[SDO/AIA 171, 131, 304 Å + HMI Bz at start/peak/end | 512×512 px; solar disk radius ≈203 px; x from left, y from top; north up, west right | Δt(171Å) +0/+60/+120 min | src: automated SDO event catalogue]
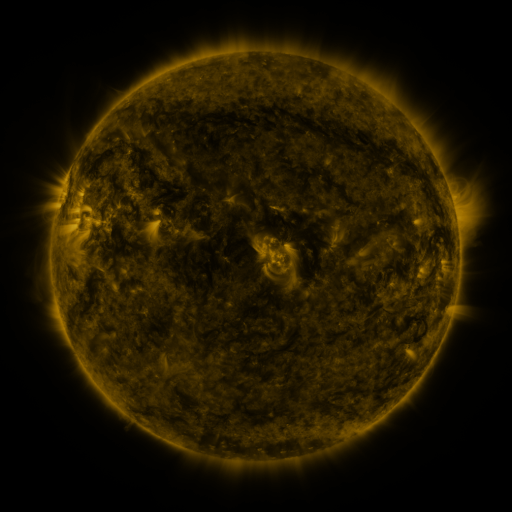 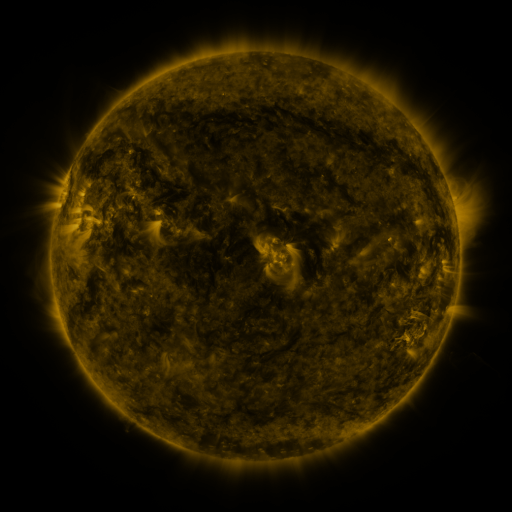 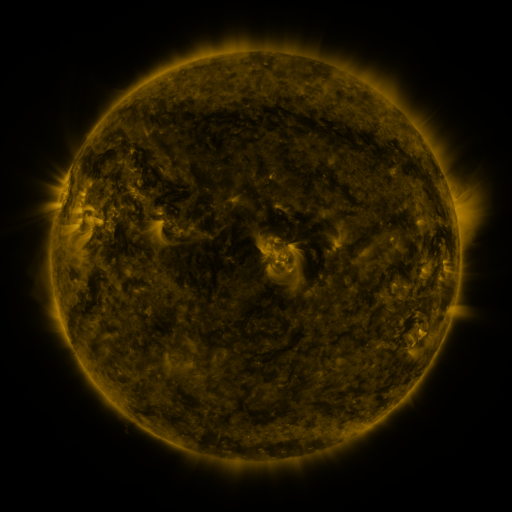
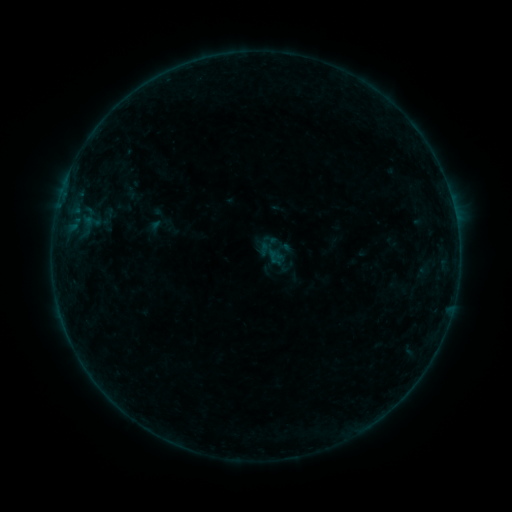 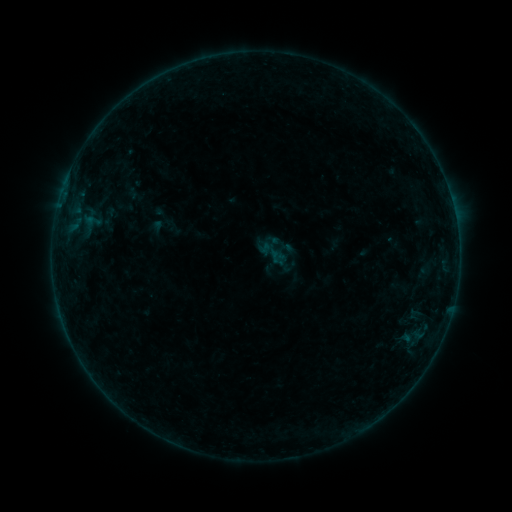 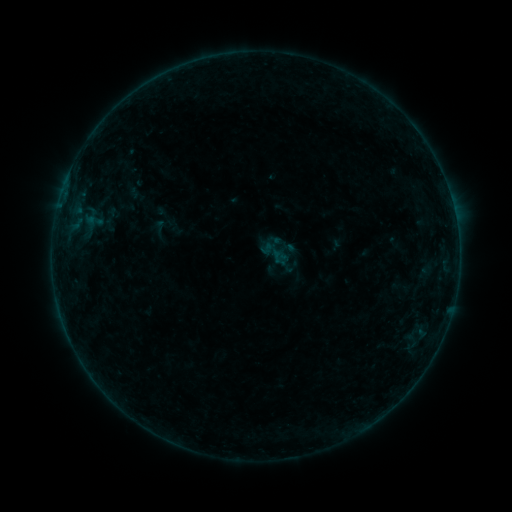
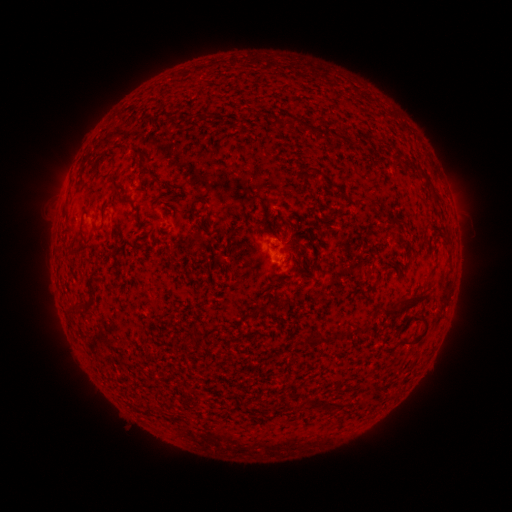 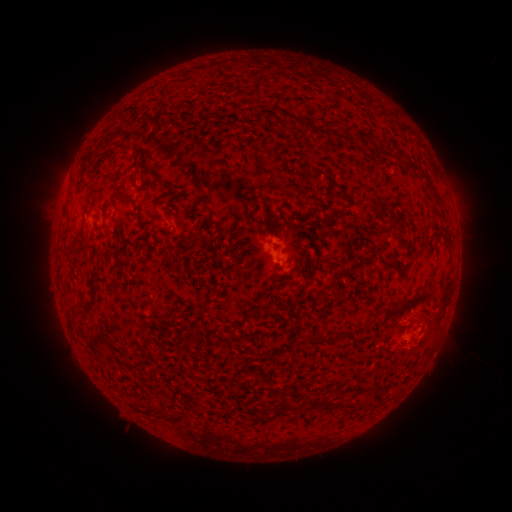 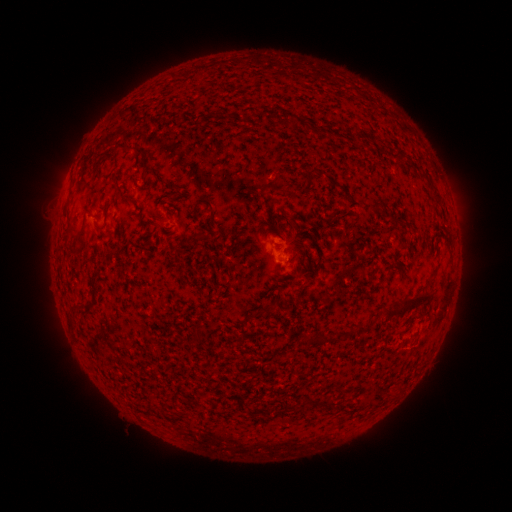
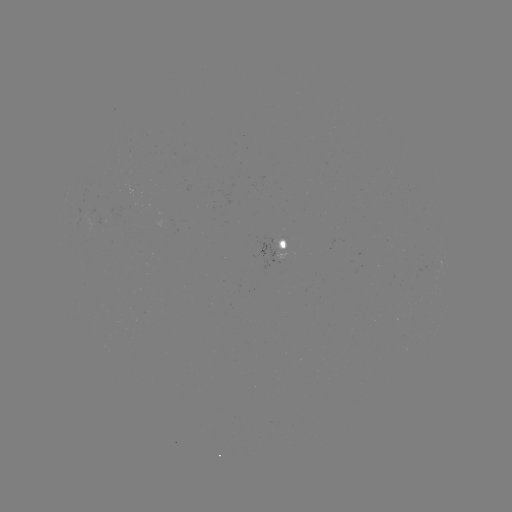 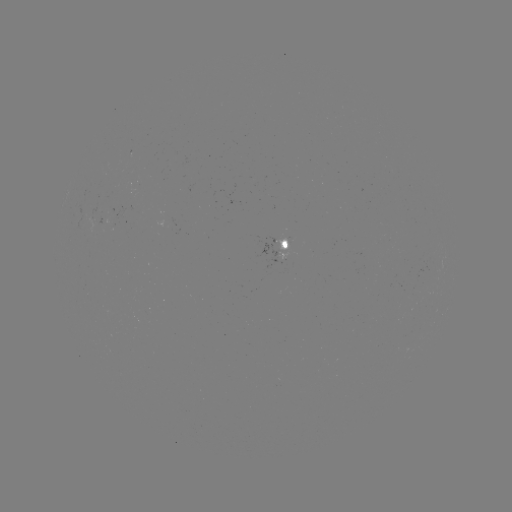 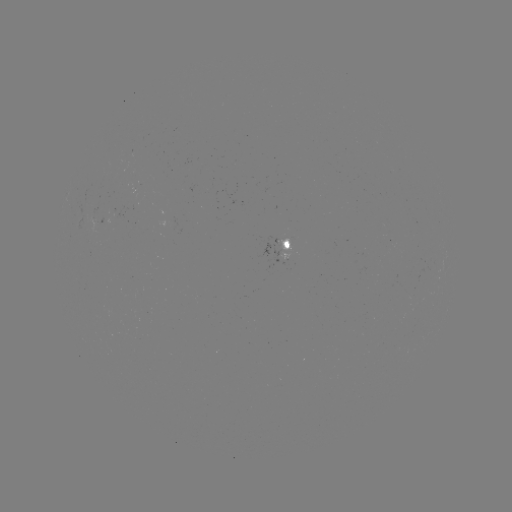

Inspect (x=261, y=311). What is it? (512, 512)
filament eruption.